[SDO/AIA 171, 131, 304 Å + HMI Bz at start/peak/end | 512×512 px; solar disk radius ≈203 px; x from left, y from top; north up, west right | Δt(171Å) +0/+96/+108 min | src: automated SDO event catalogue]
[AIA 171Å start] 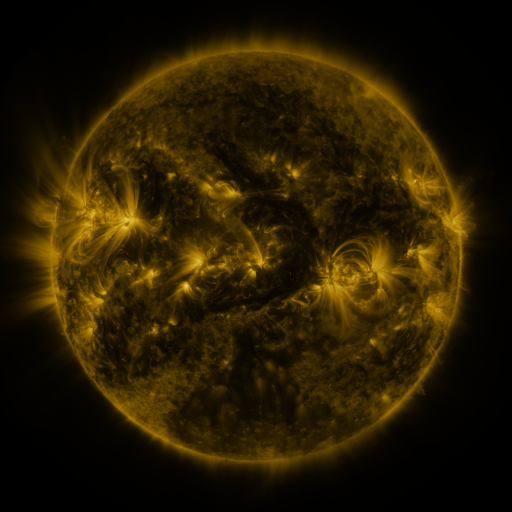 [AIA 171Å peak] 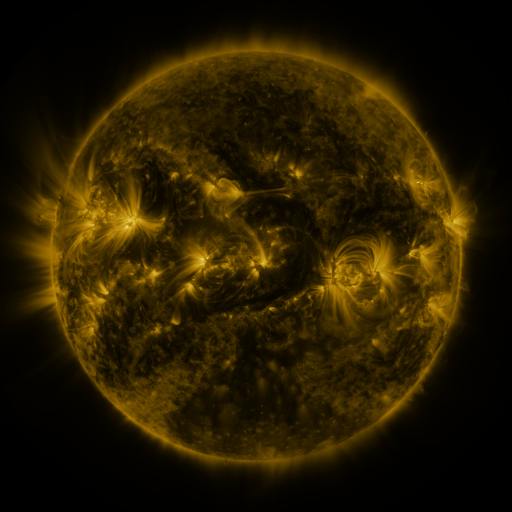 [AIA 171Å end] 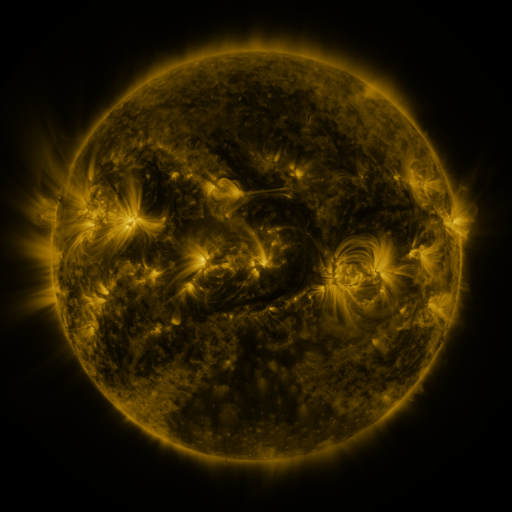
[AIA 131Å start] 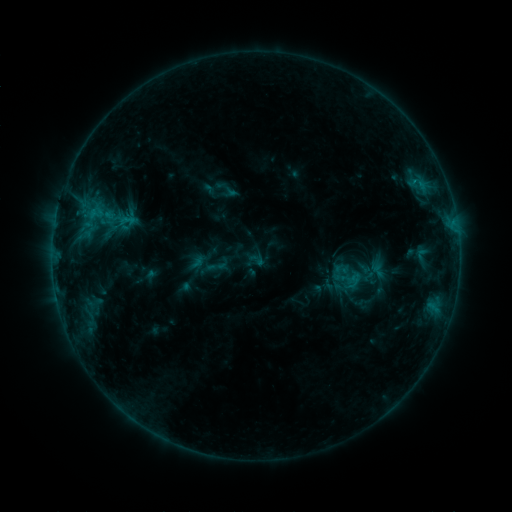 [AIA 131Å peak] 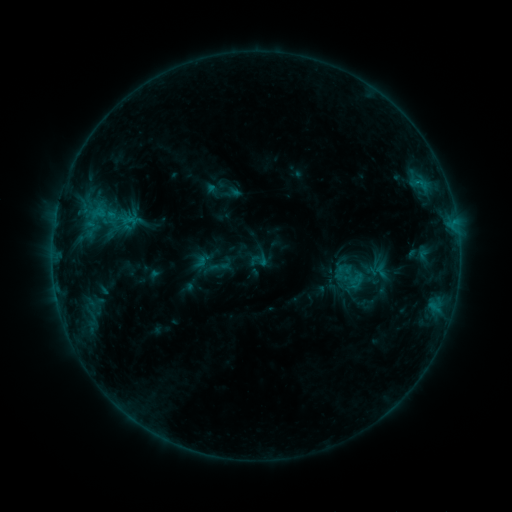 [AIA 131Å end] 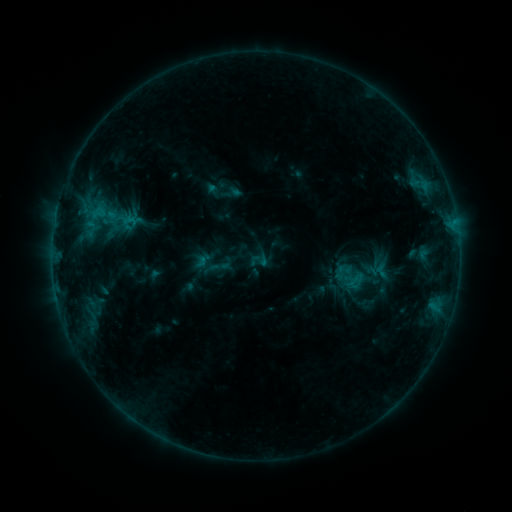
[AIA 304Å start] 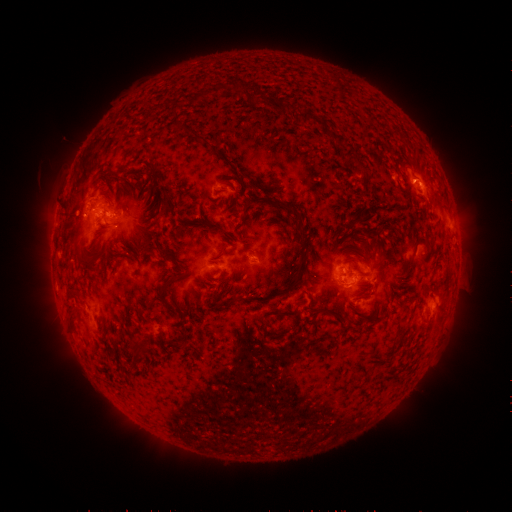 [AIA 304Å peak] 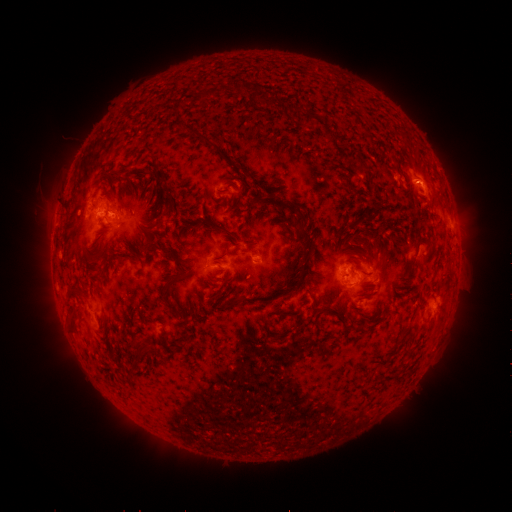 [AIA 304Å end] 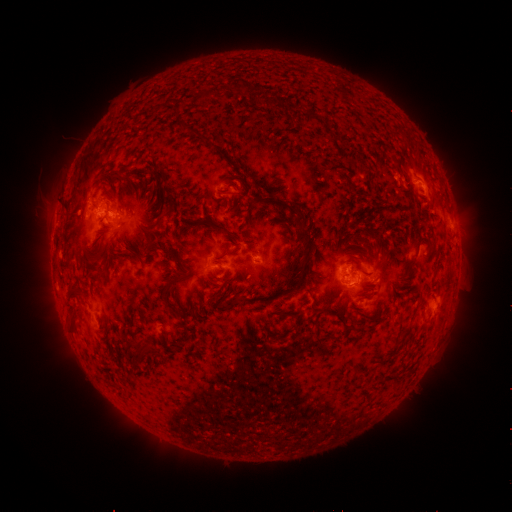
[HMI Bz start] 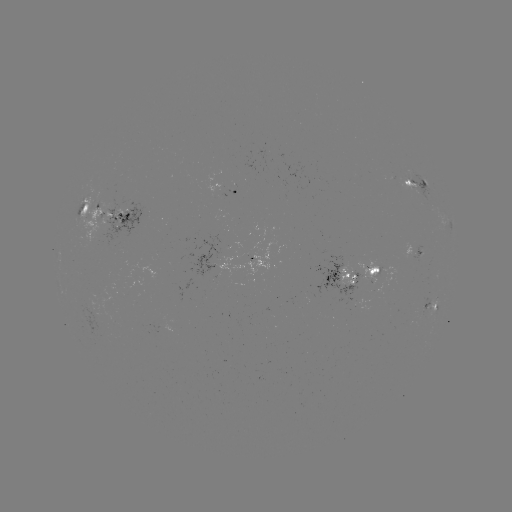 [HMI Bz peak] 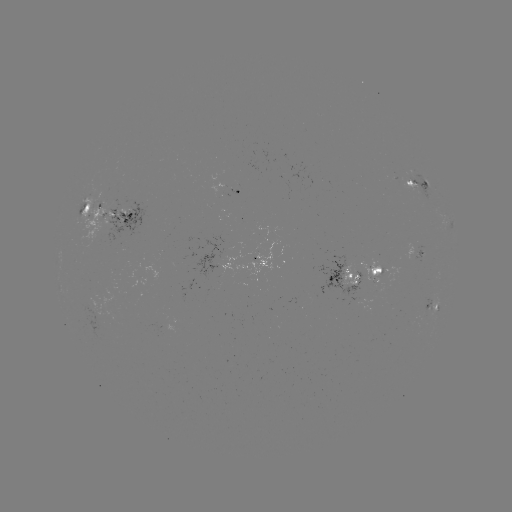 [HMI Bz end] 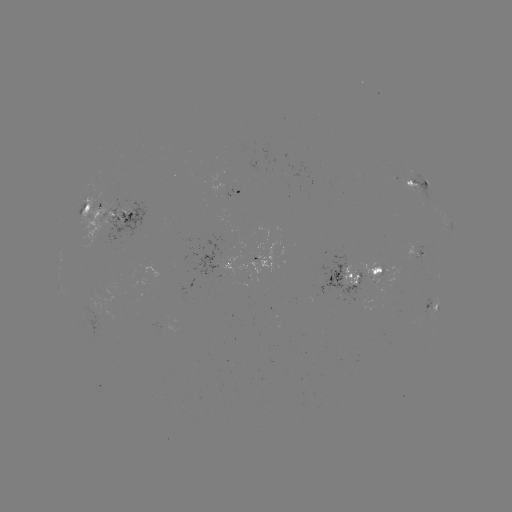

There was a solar emerging-flux region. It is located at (98, 216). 